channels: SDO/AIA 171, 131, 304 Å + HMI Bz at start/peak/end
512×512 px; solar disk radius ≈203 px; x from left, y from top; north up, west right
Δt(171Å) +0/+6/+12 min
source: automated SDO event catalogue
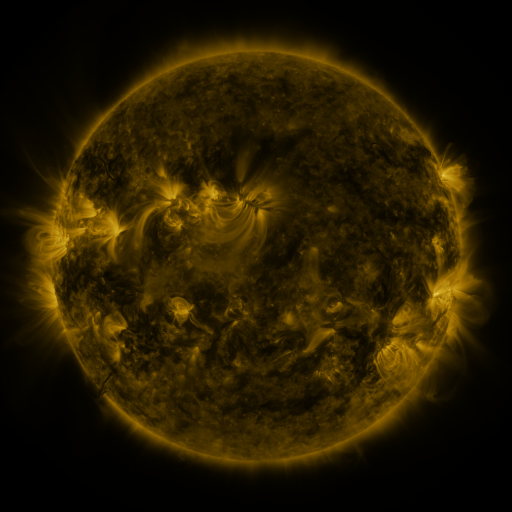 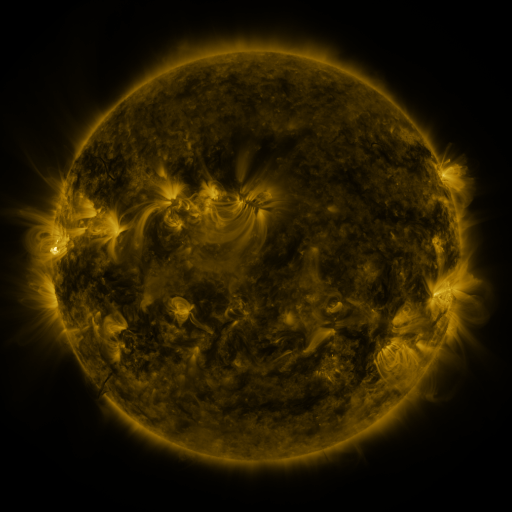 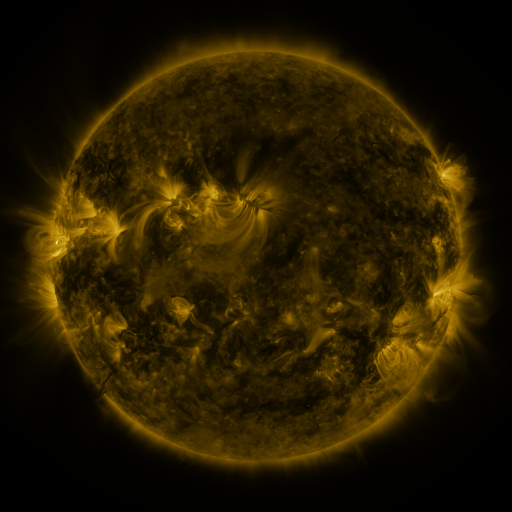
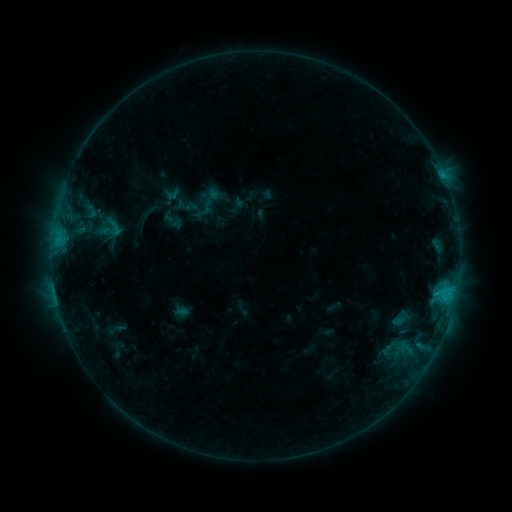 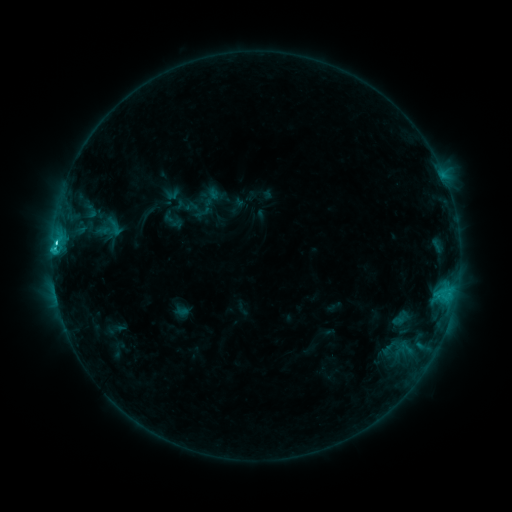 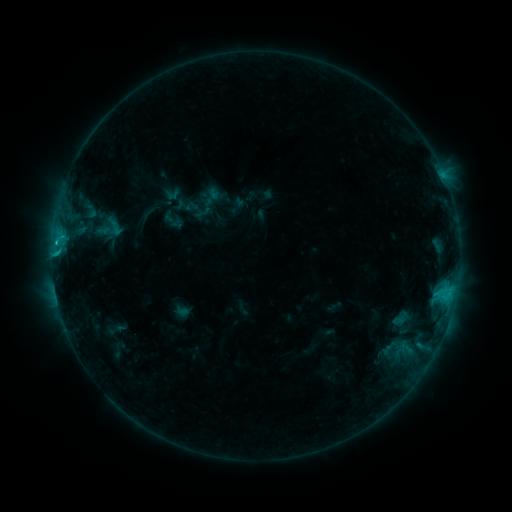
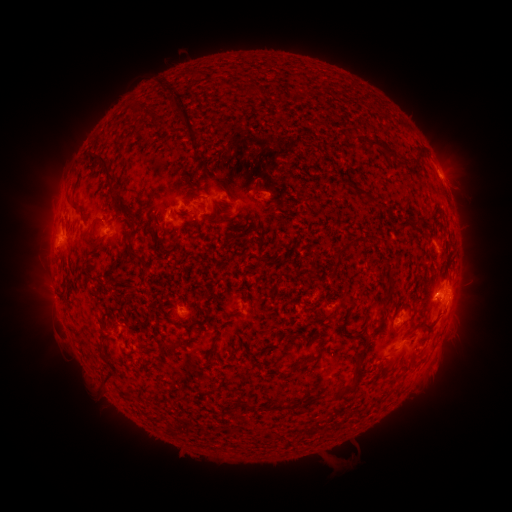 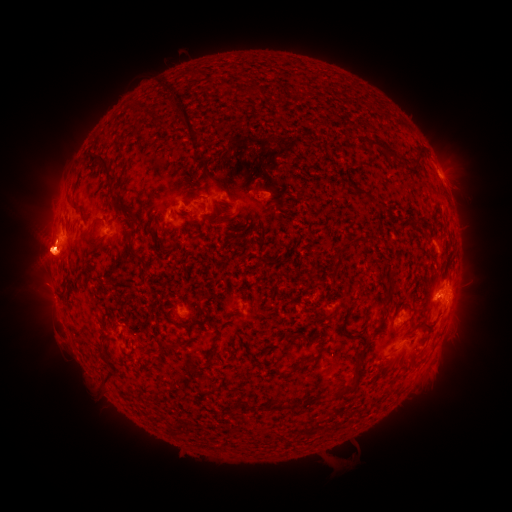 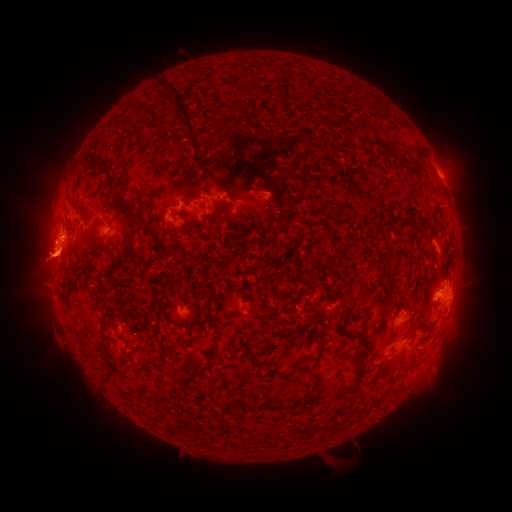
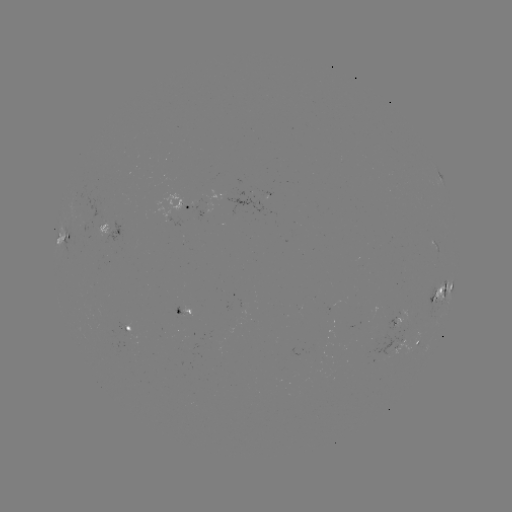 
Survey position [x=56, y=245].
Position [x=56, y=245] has C2.7 flare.